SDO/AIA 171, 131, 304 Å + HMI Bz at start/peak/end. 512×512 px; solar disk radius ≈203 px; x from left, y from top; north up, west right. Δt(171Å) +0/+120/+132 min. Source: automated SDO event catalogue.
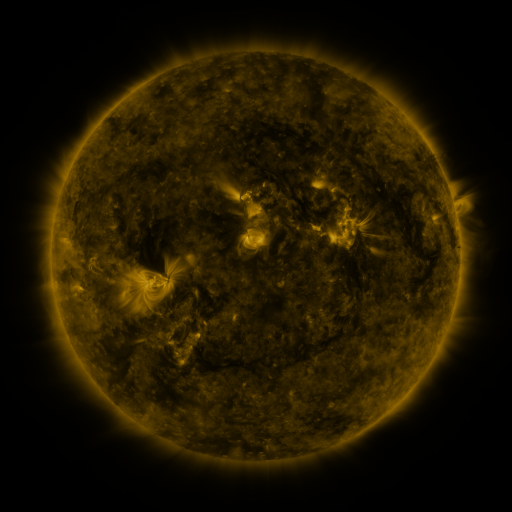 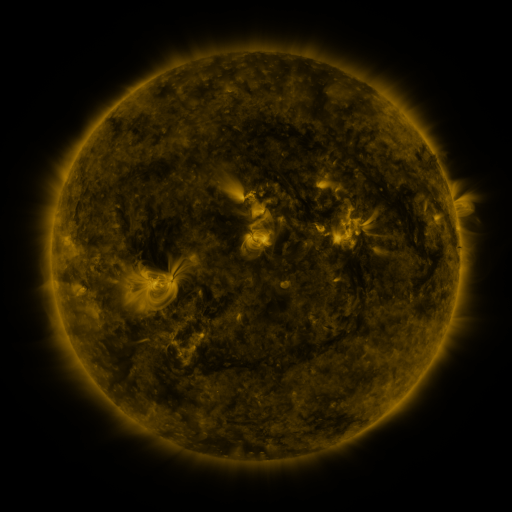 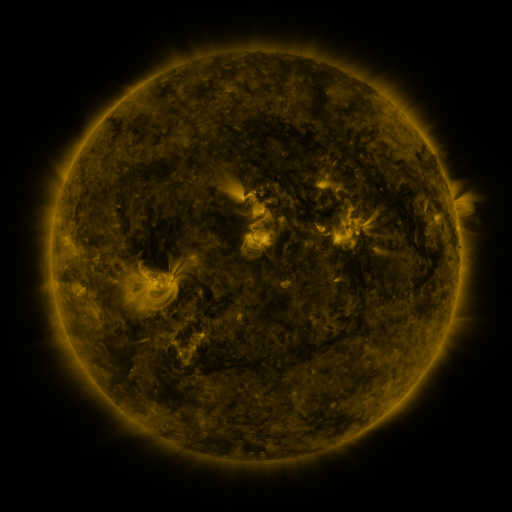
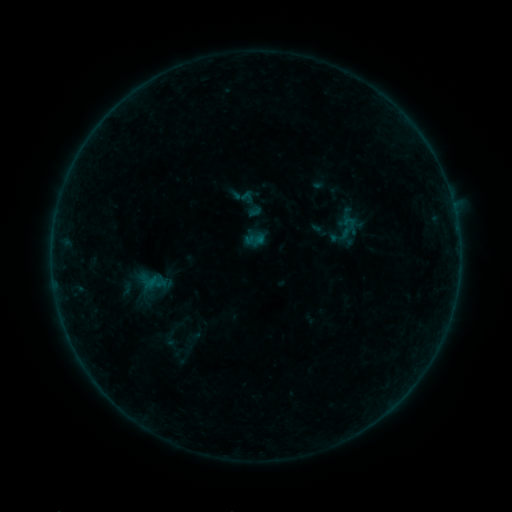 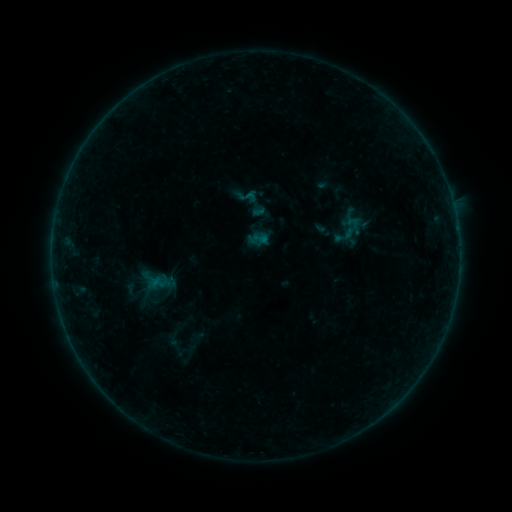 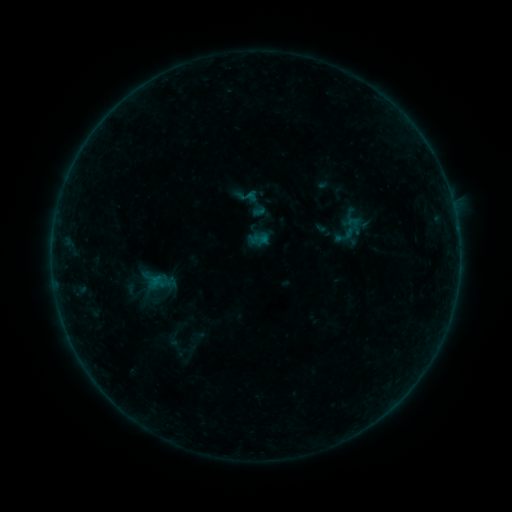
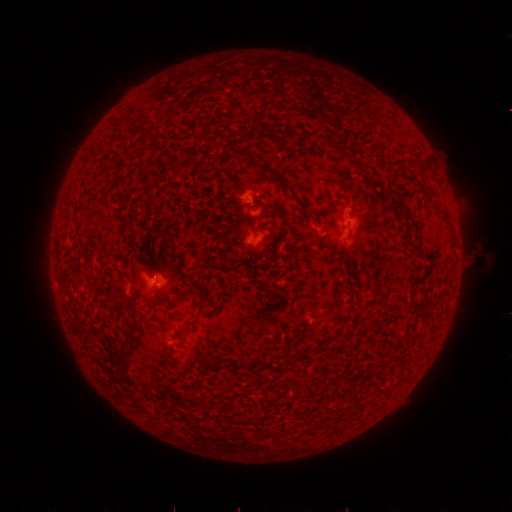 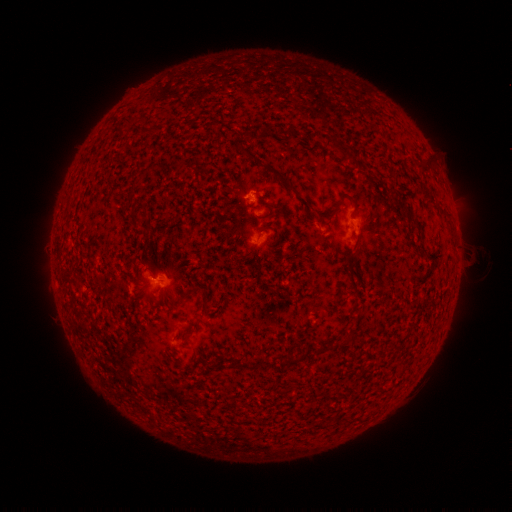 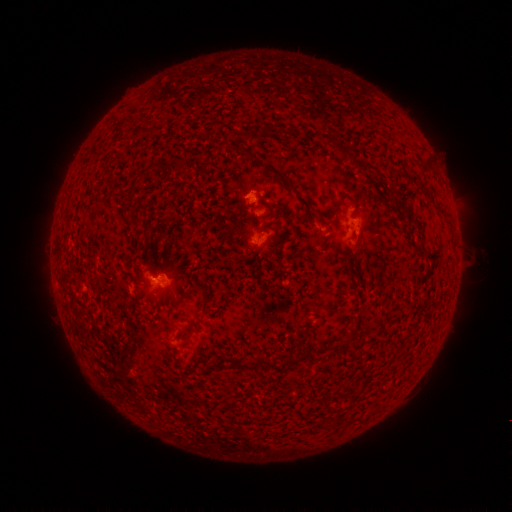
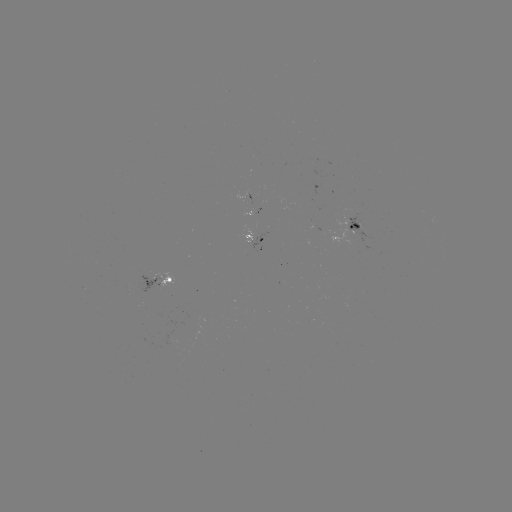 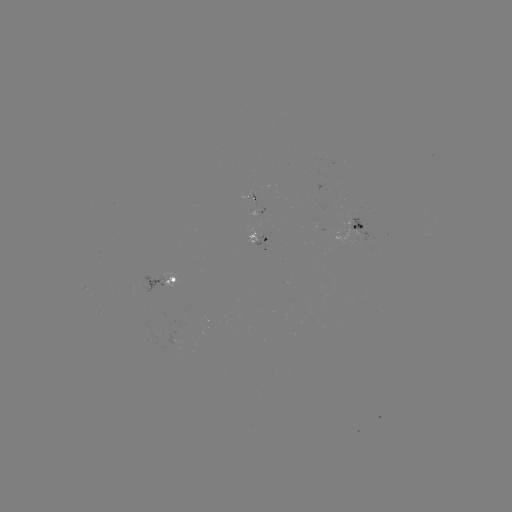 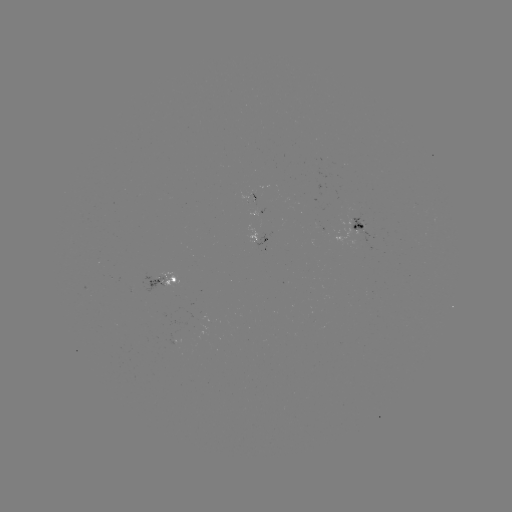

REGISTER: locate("emerging-flux region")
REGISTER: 251,201